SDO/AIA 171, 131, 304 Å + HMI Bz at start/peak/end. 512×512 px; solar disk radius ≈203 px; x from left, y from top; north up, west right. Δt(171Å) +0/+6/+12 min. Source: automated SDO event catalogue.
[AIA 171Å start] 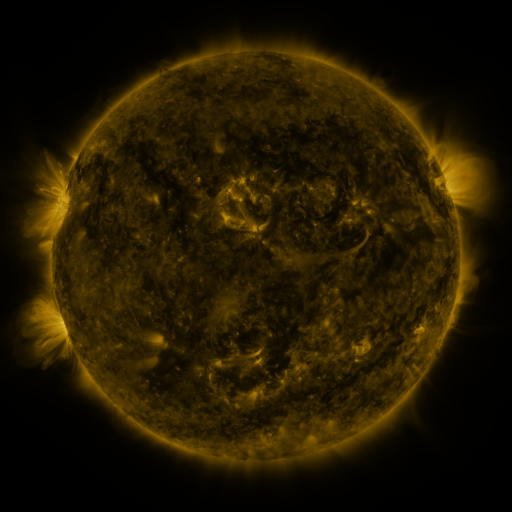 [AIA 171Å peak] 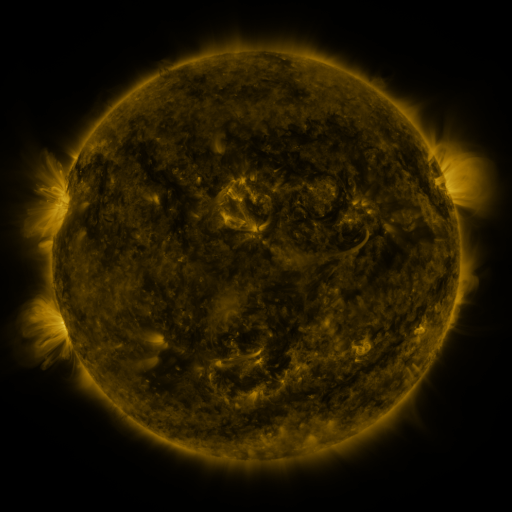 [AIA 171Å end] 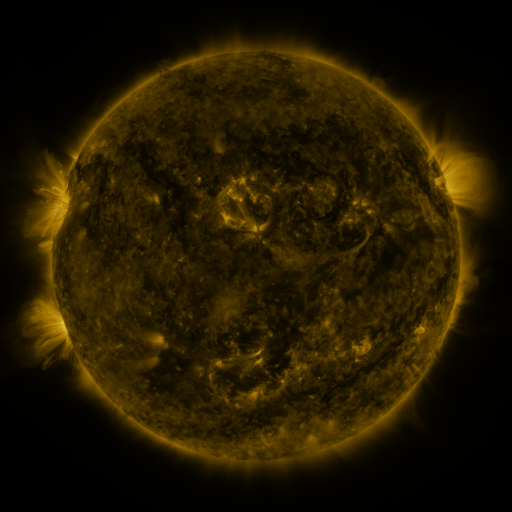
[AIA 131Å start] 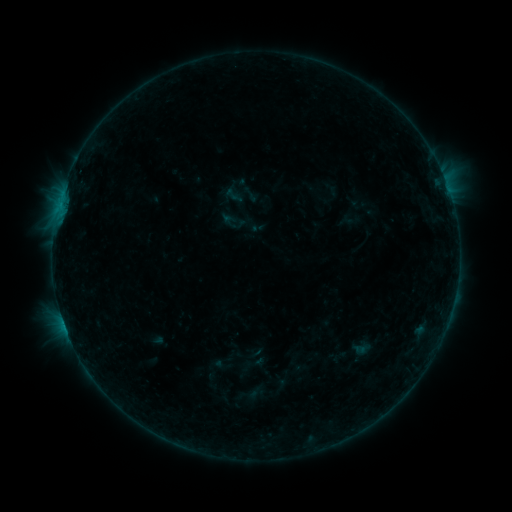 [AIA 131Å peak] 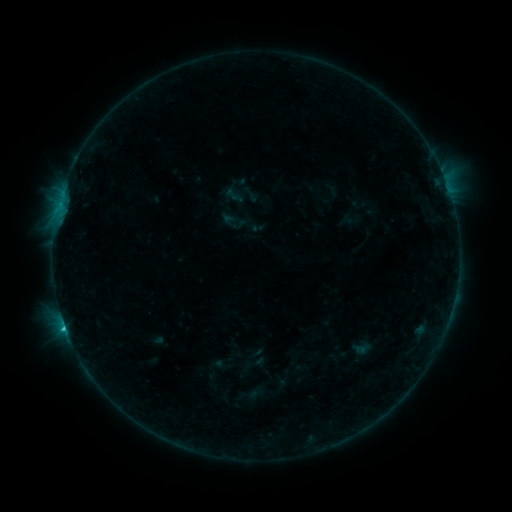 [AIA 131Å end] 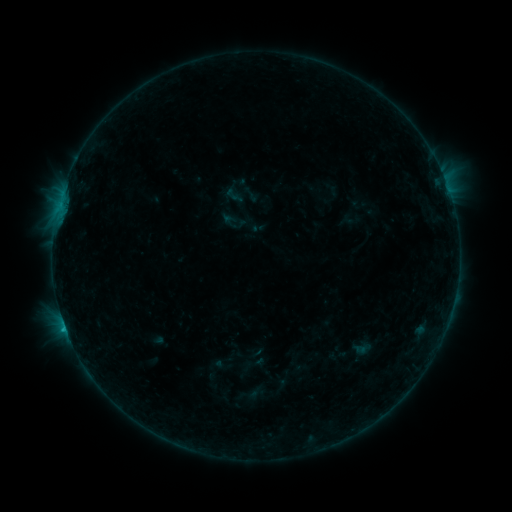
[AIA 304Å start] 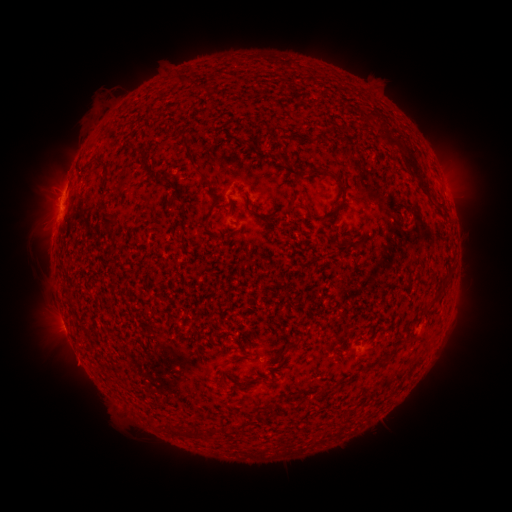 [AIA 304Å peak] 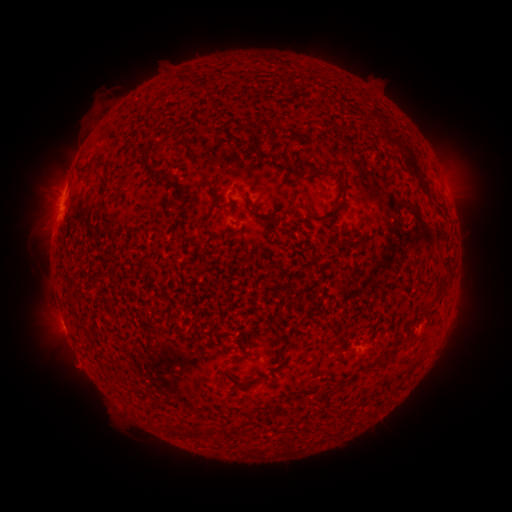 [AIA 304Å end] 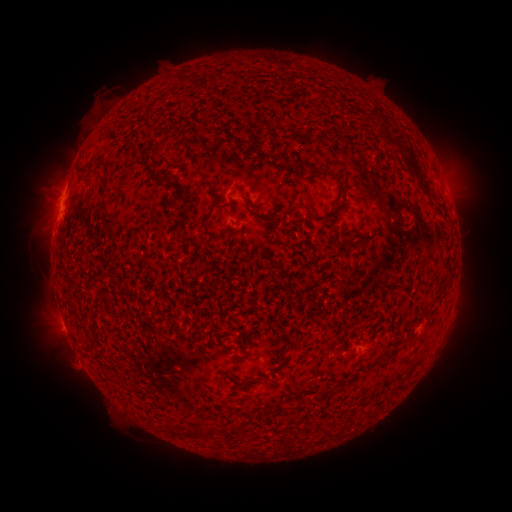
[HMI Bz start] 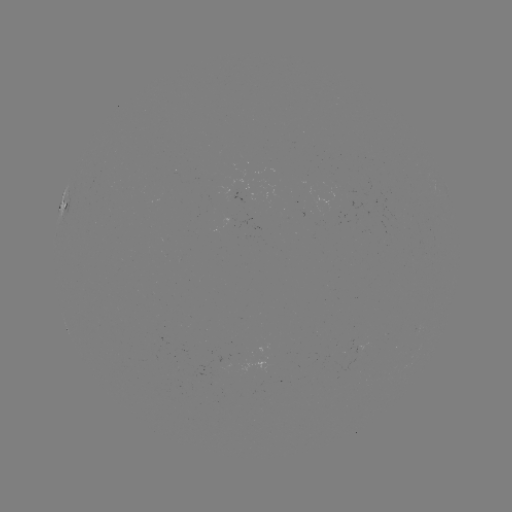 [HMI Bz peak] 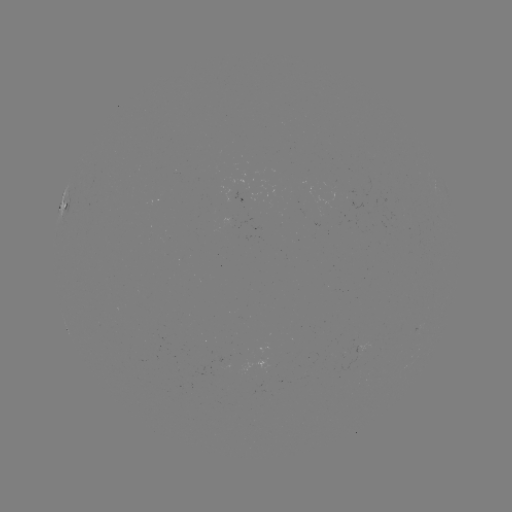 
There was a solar flare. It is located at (65, 326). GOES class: B7.7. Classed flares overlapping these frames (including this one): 1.